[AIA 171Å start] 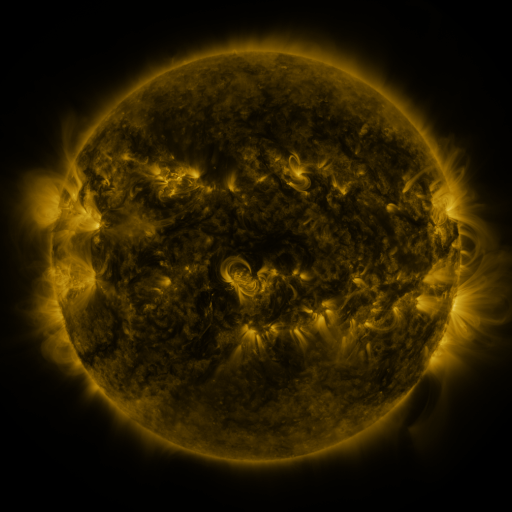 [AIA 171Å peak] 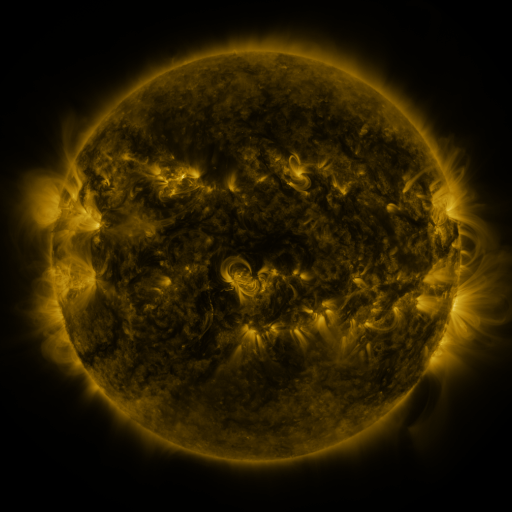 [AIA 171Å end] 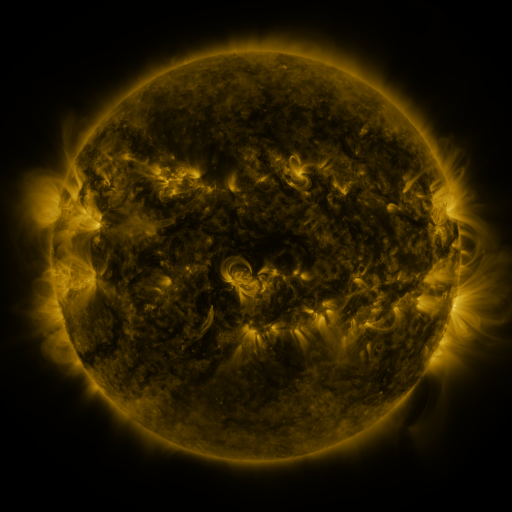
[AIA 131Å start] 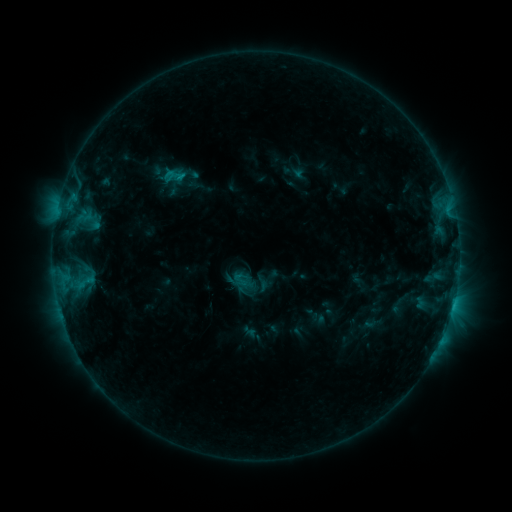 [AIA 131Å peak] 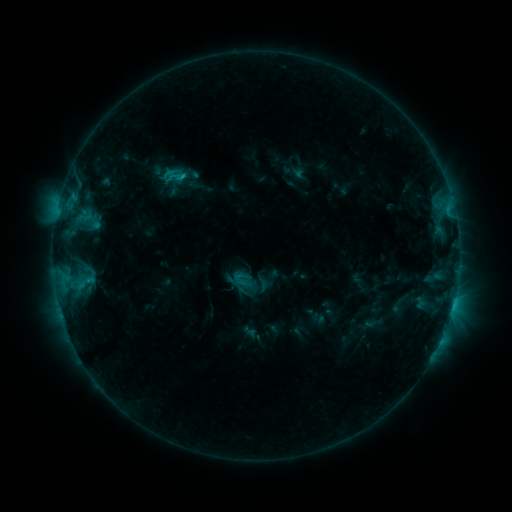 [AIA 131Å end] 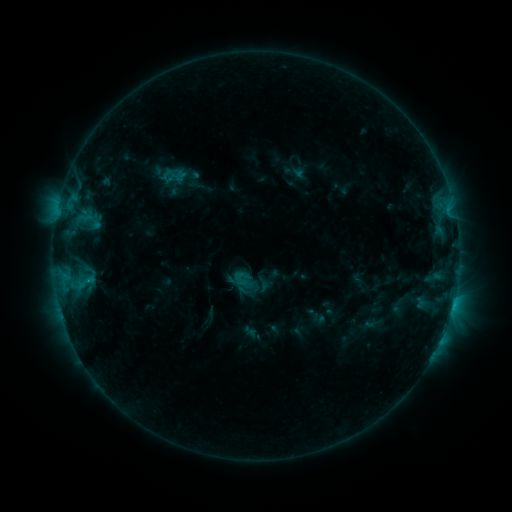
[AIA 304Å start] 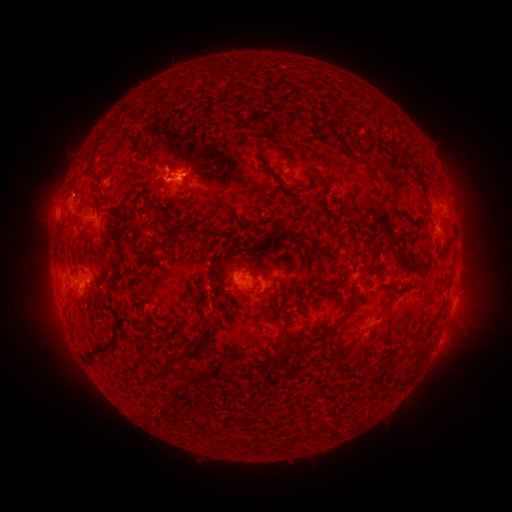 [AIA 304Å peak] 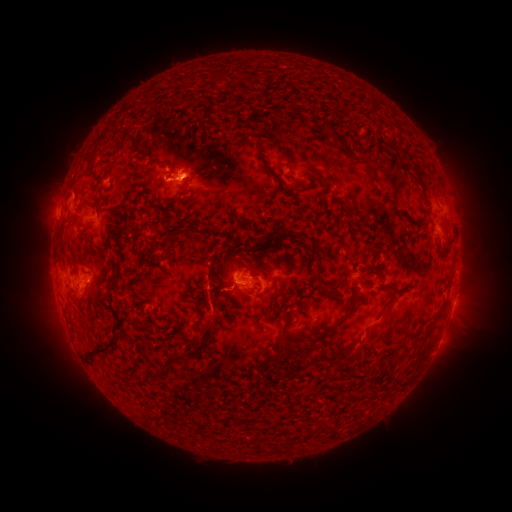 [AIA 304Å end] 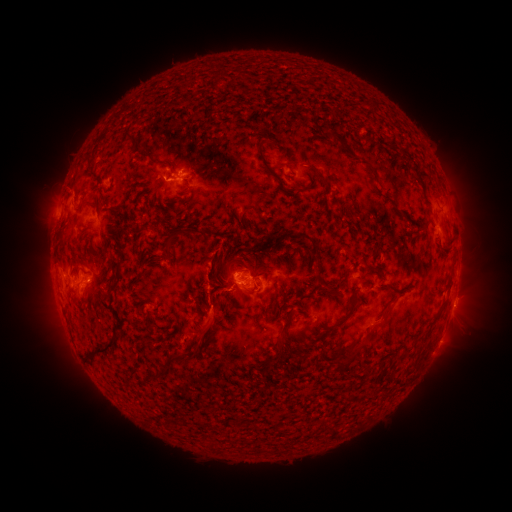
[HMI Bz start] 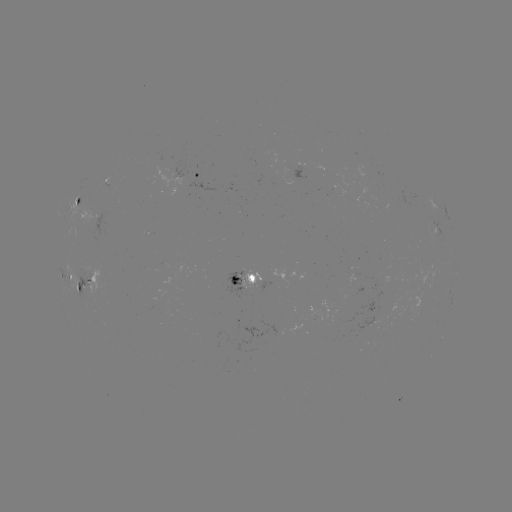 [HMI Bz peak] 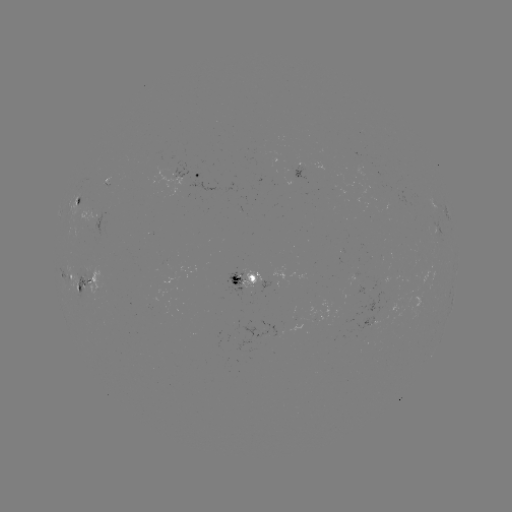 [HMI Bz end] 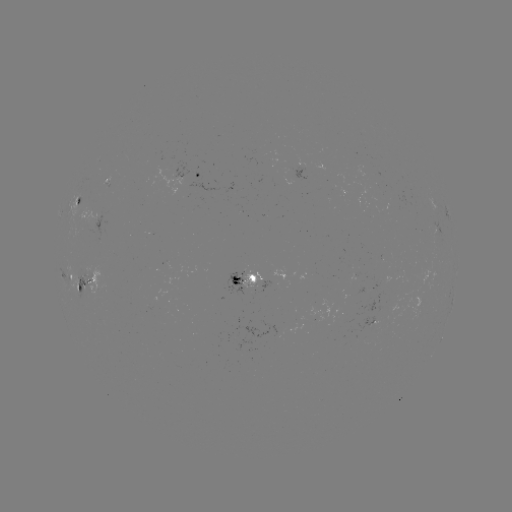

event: eruption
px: (211, 319)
